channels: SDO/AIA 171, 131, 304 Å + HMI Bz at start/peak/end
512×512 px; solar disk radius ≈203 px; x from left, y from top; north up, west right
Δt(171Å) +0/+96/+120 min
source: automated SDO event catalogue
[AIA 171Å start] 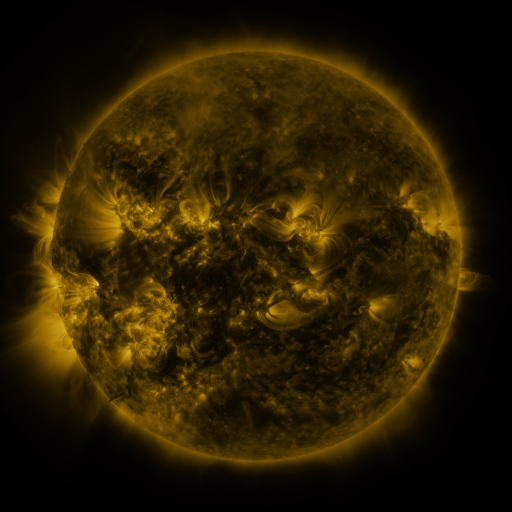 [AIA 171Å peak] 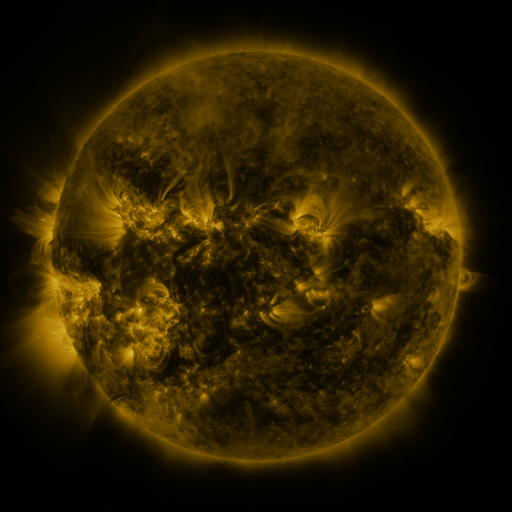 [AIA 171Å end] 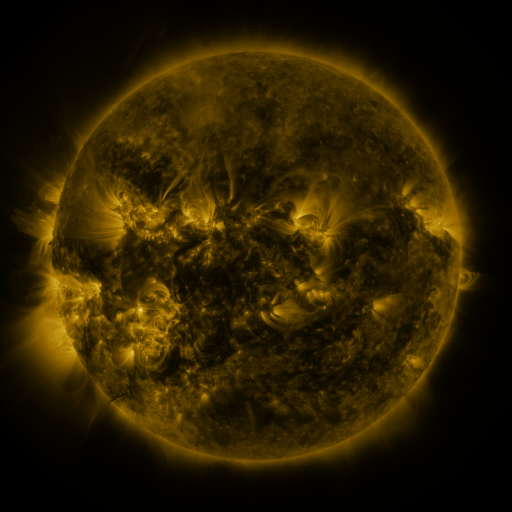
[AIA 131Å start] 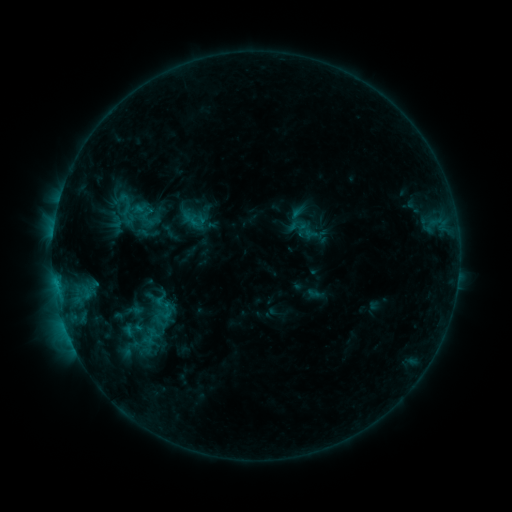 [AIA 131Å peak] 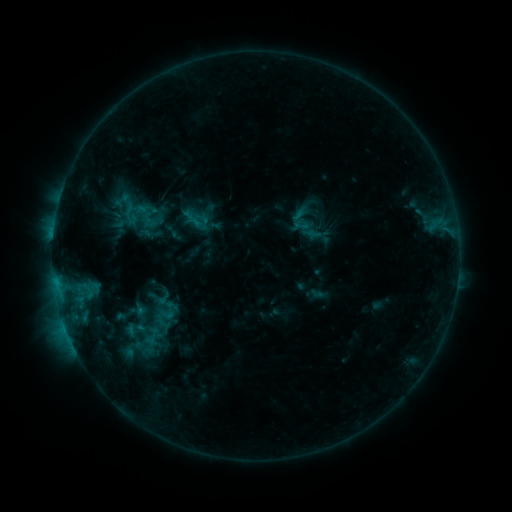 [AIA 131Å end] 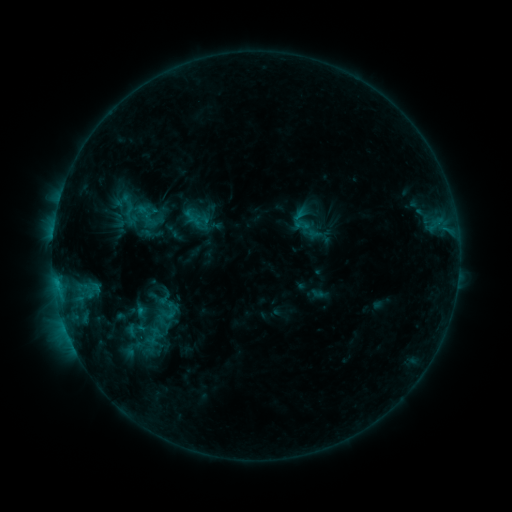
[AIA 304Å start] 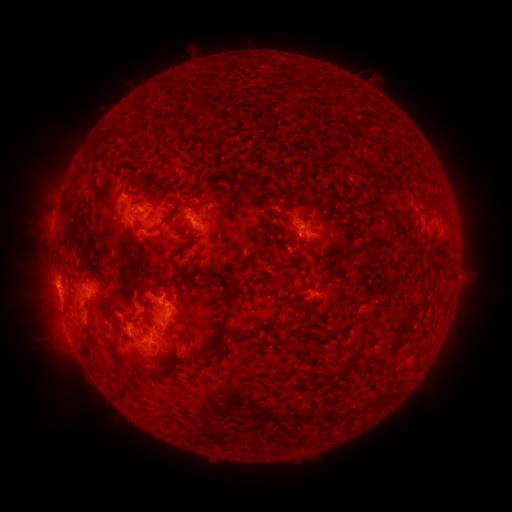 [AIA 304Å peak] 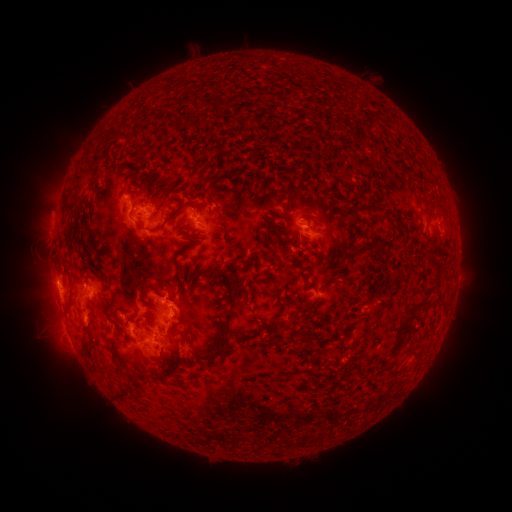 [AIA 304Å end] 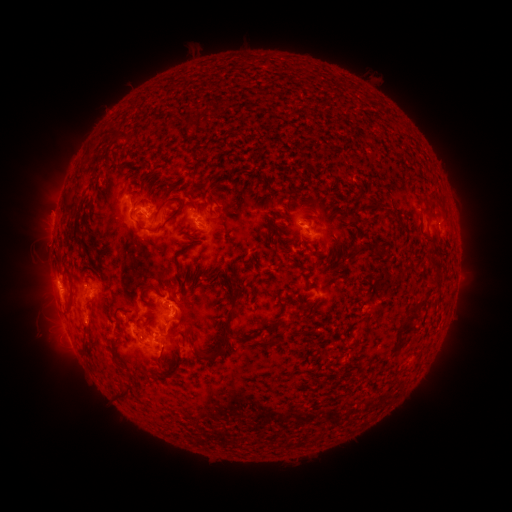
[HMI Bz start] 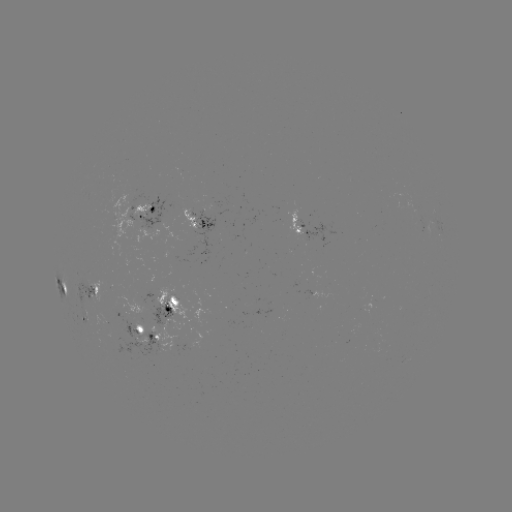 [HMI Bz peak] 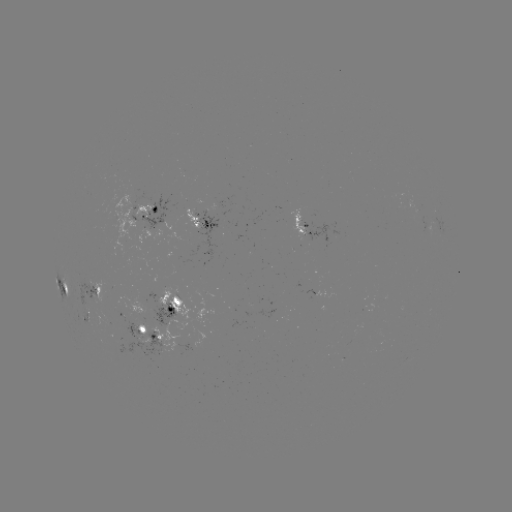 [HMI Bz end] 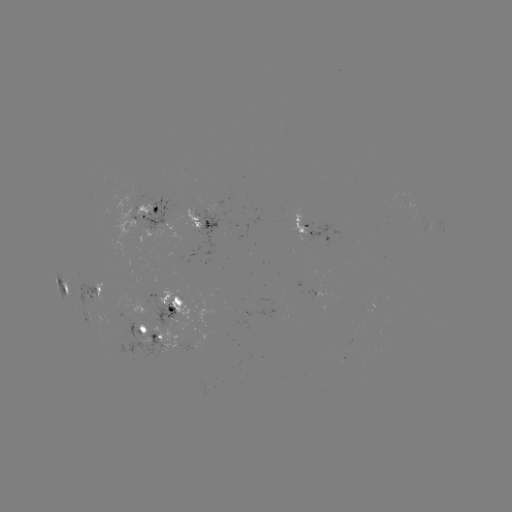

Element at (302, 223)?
emerging-flux region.